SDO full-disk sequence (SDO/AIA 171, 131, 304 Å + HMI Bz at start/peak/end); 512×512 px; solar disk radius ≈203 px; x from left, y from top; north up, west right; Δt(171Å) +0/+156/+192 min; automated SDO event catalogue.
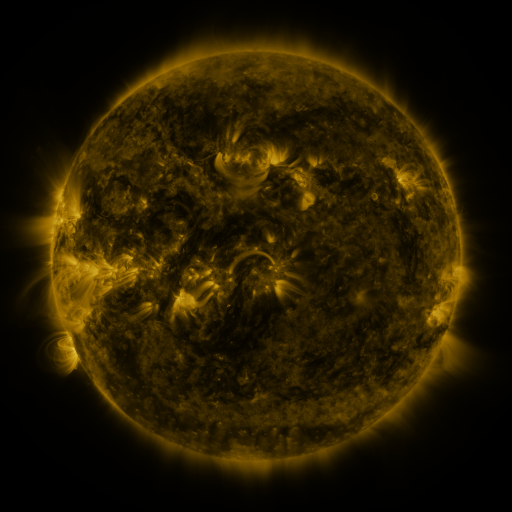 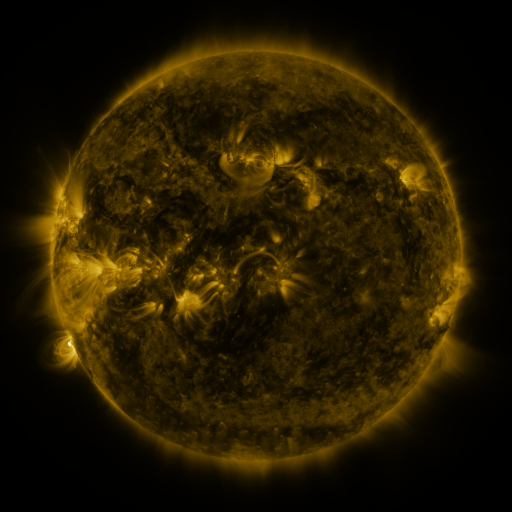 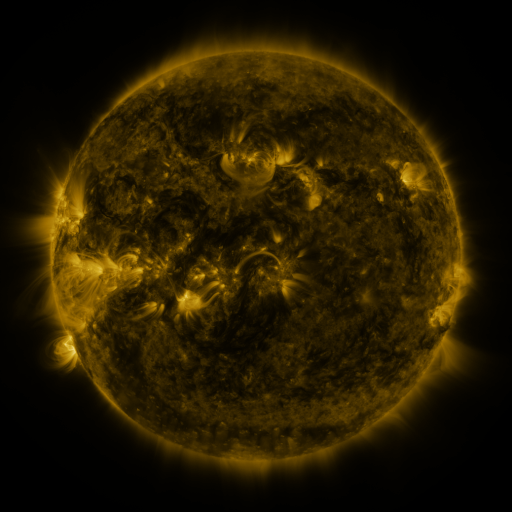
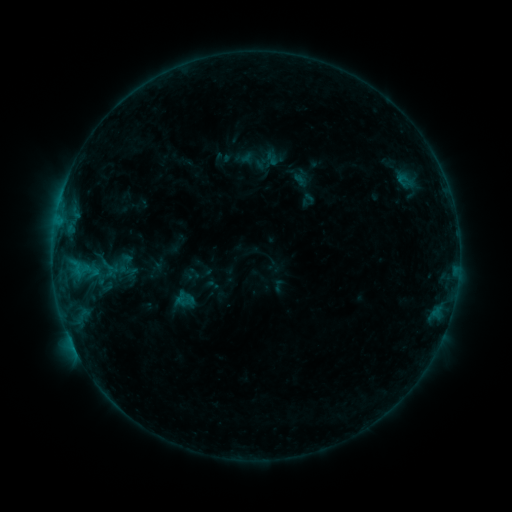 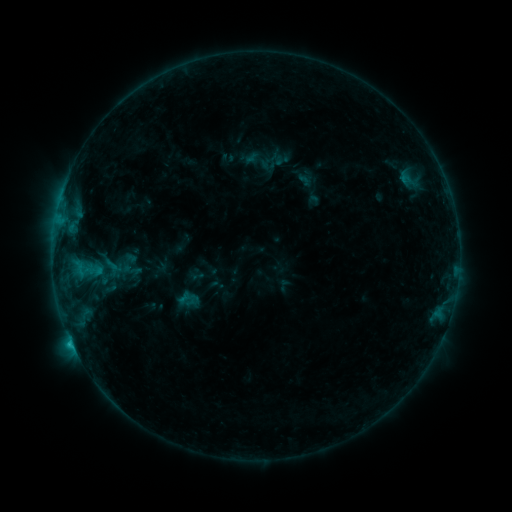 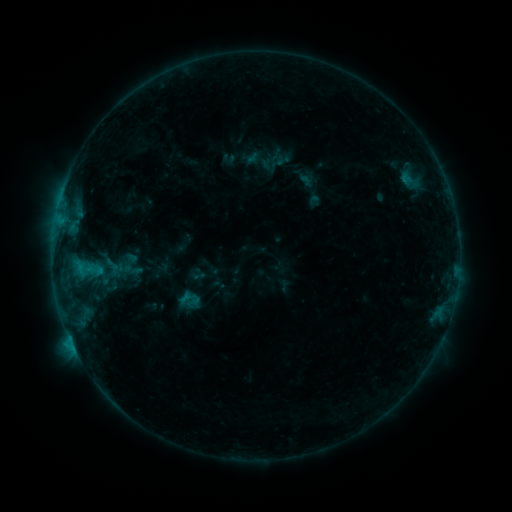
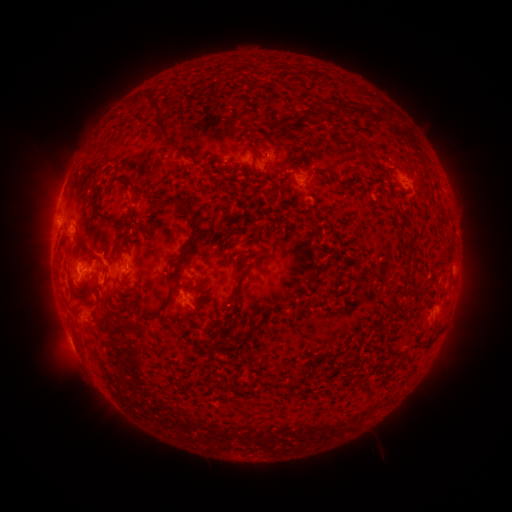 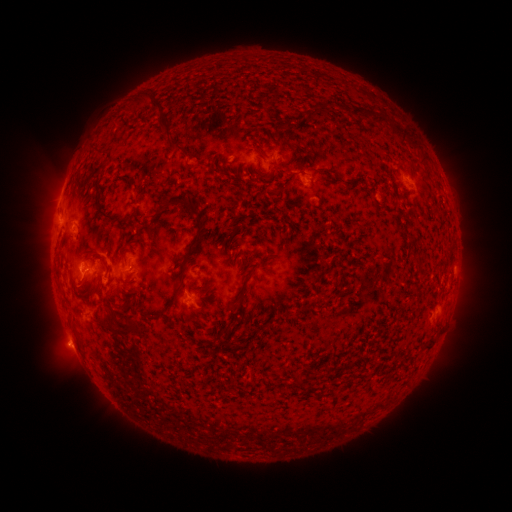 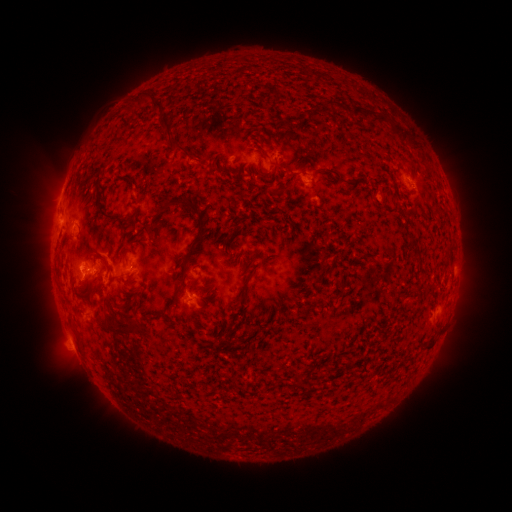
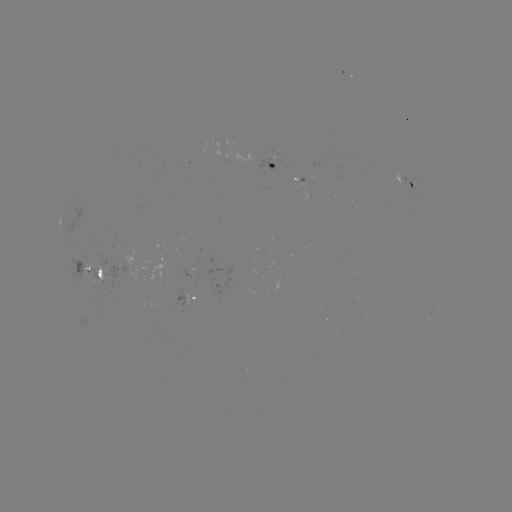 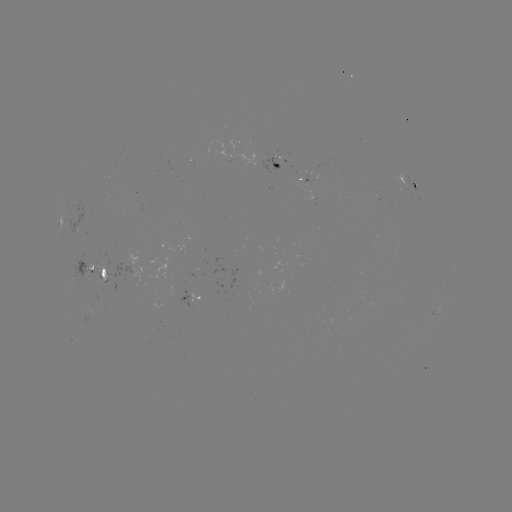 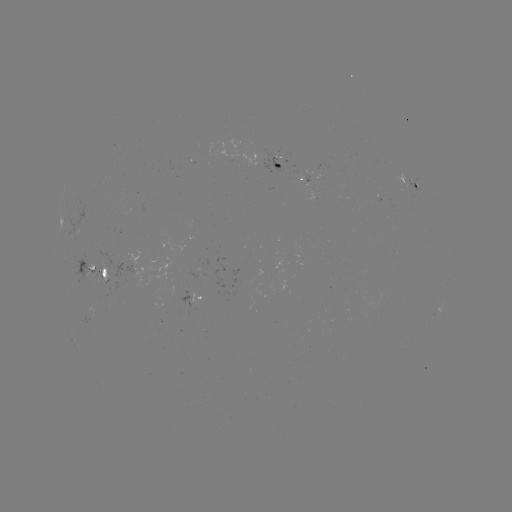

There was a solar emerging-flux region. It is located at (96, 312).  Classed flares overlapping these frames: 2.